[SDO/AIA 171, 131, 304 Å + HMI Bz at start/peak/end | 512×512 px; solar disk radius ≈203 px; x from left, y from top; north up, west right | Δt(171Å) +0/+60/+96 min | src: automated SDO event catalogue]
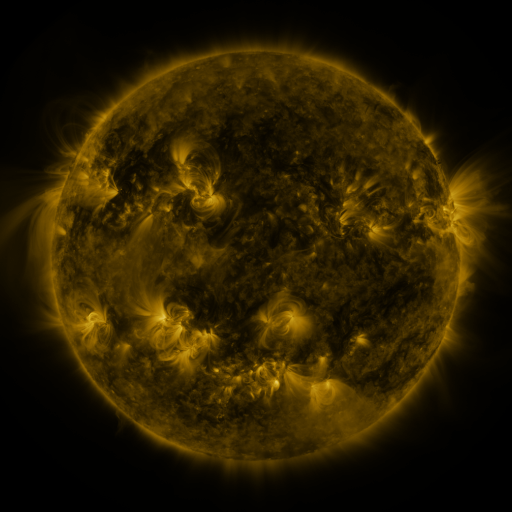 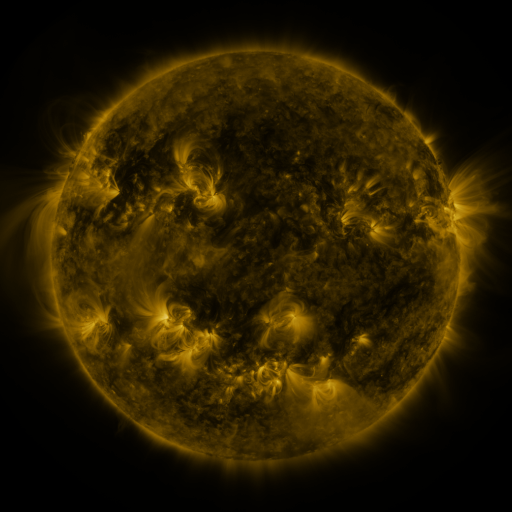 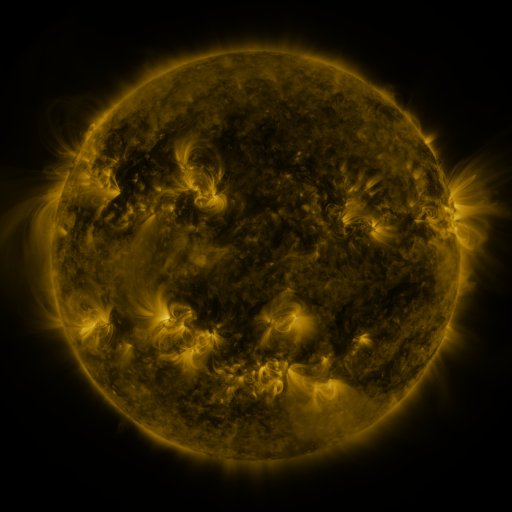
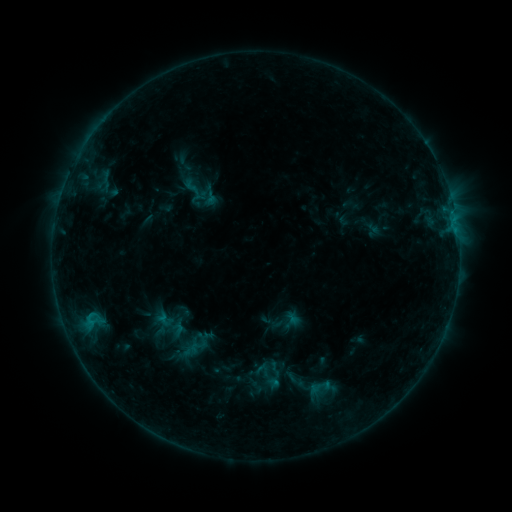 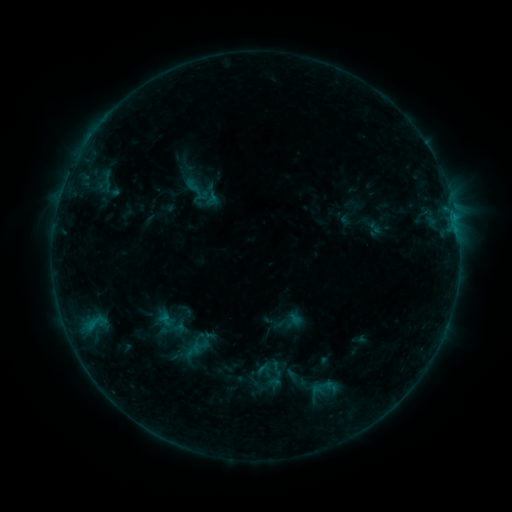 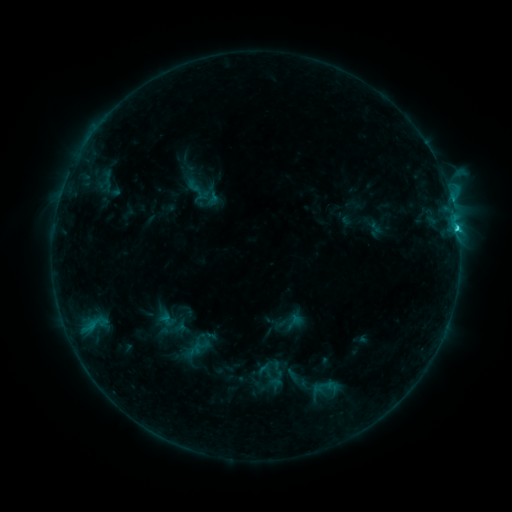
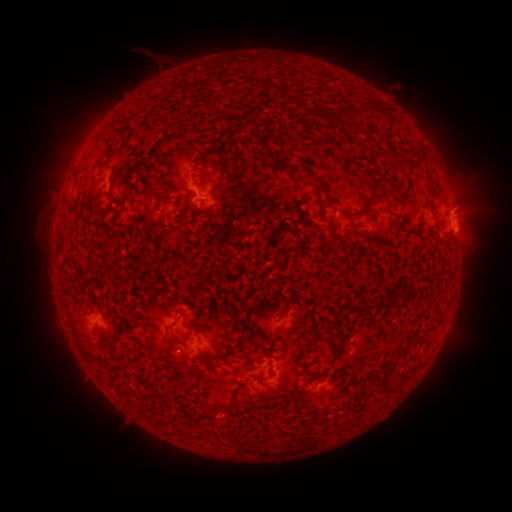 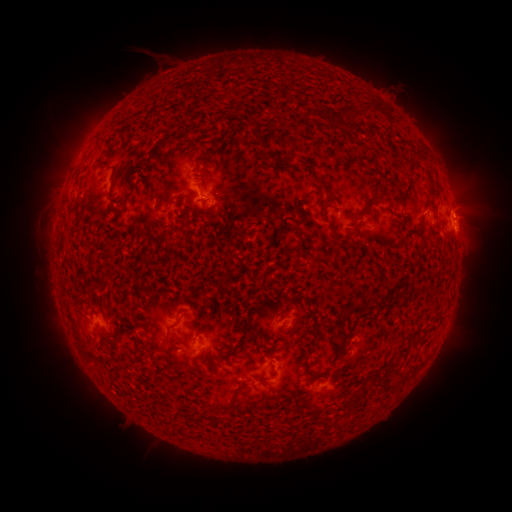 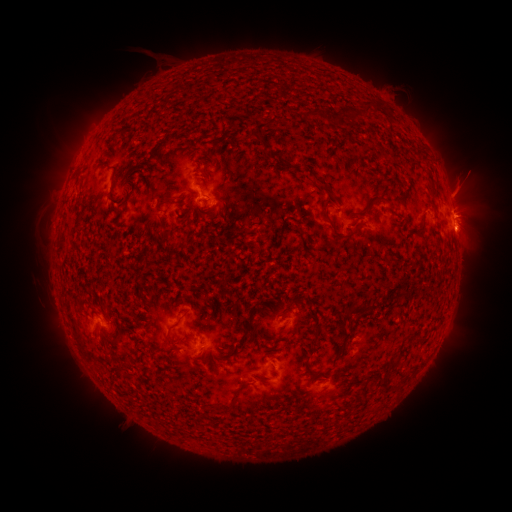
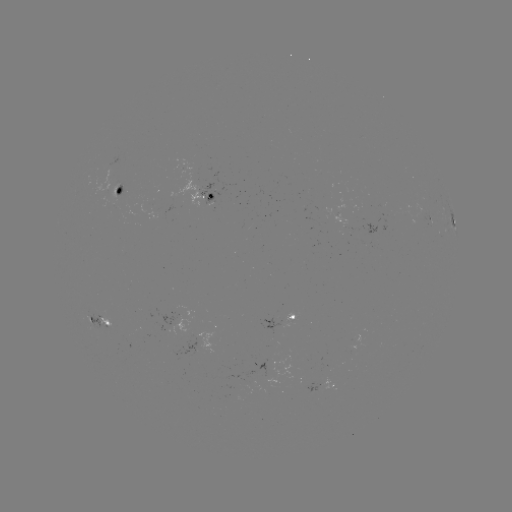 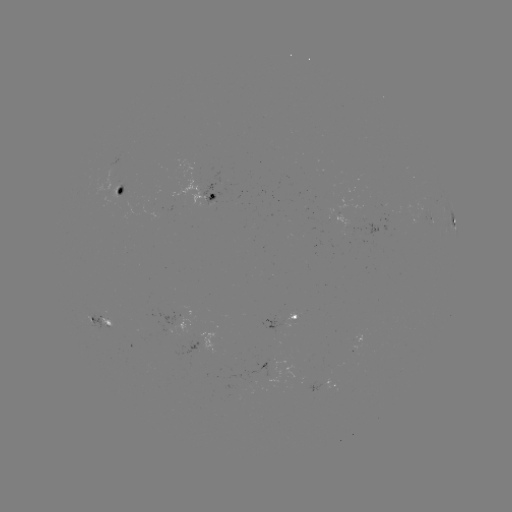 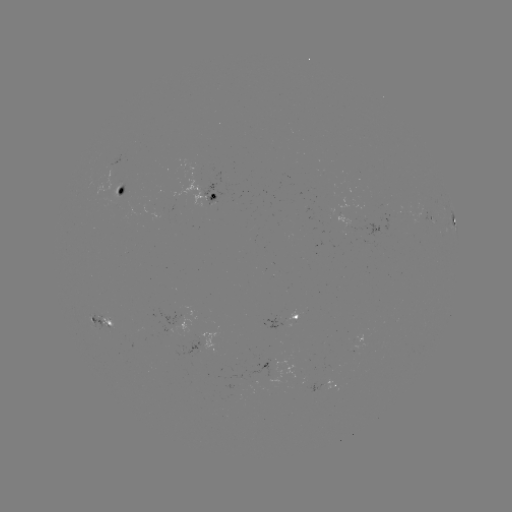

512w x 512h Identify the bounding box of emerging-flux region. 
[285, 312, 297, 322].